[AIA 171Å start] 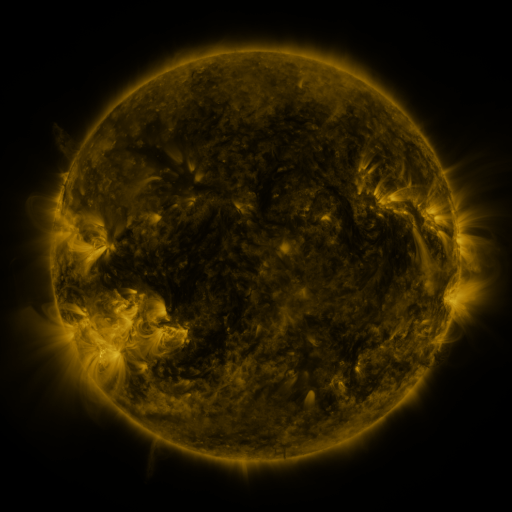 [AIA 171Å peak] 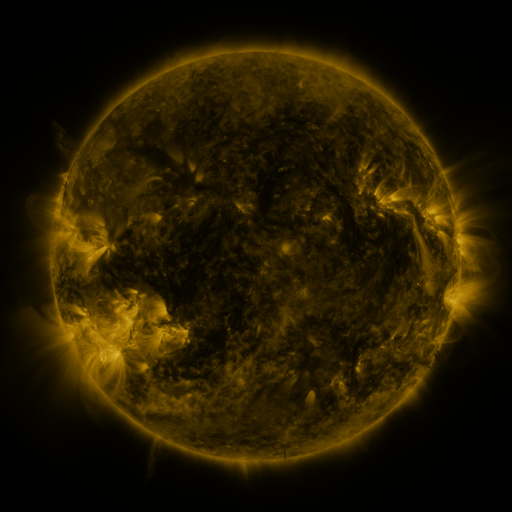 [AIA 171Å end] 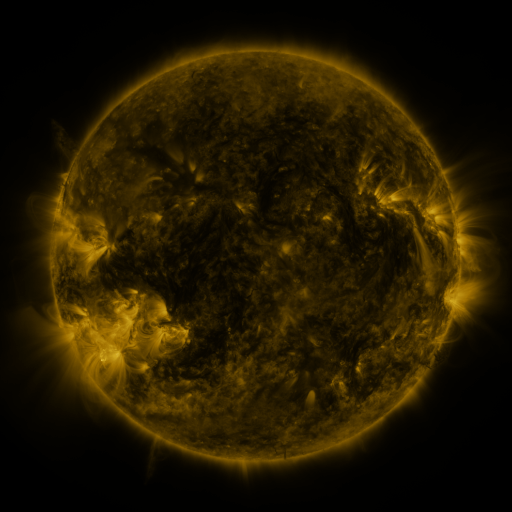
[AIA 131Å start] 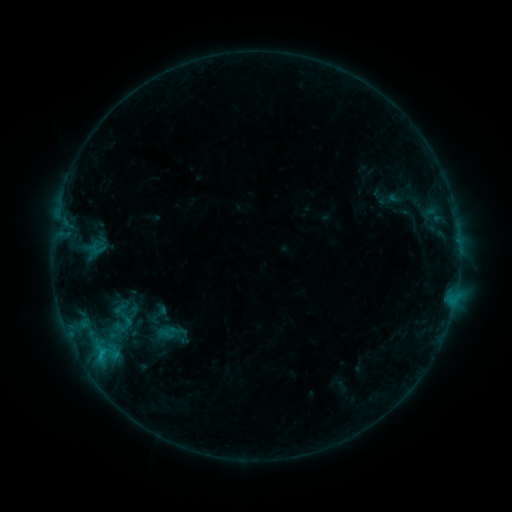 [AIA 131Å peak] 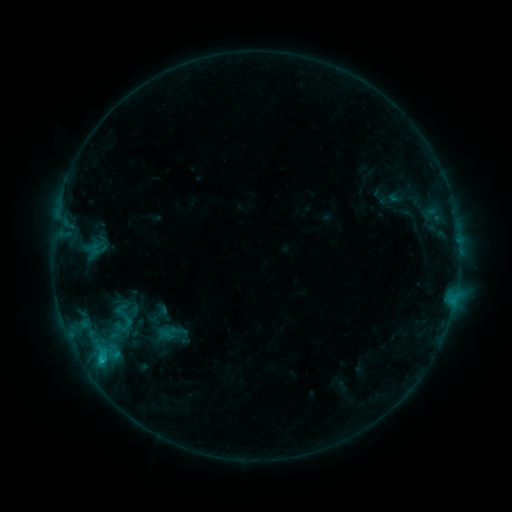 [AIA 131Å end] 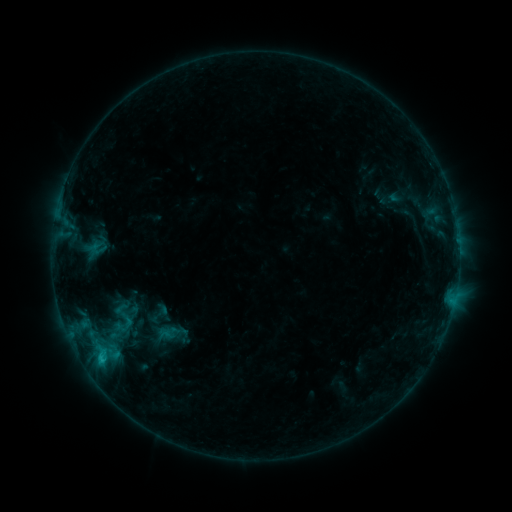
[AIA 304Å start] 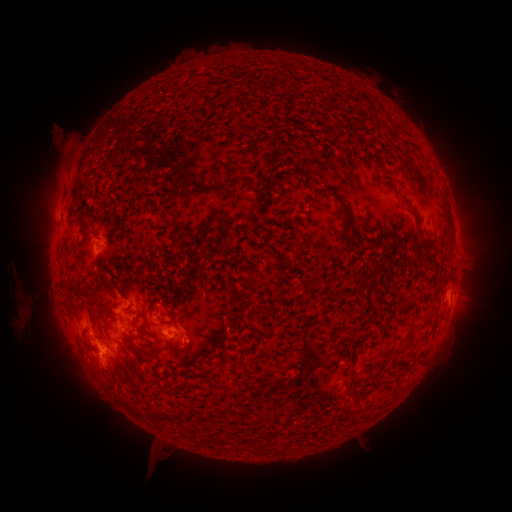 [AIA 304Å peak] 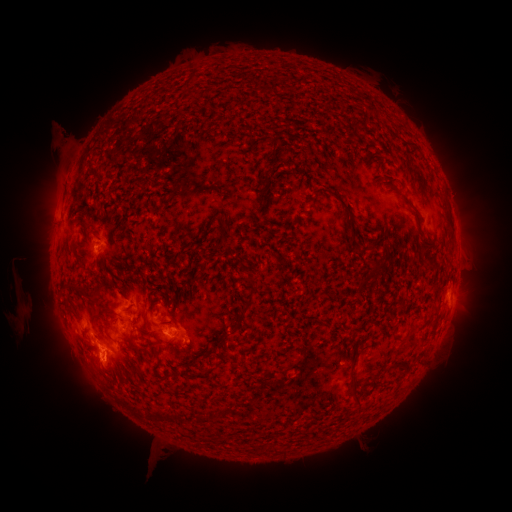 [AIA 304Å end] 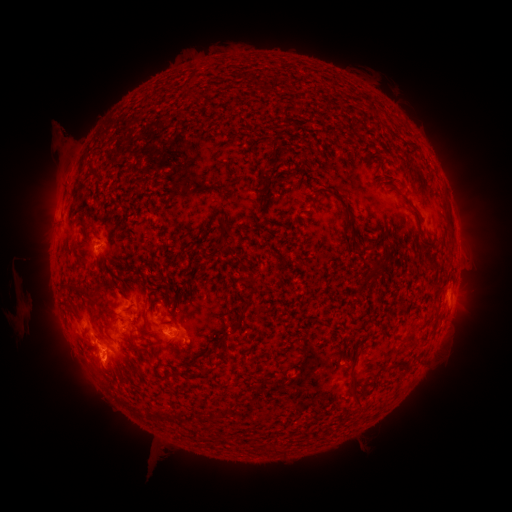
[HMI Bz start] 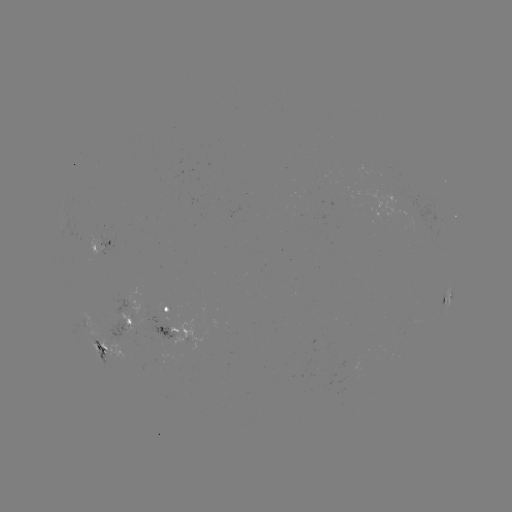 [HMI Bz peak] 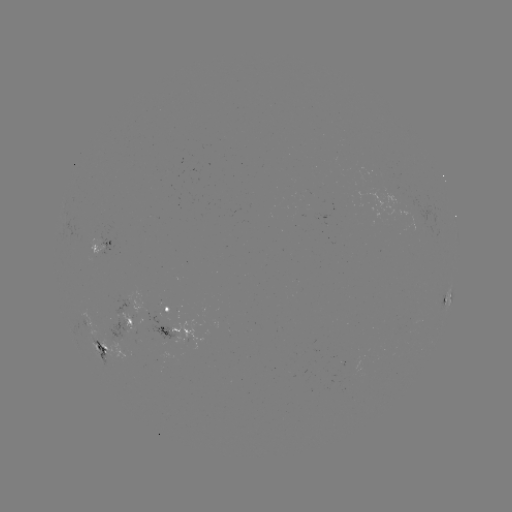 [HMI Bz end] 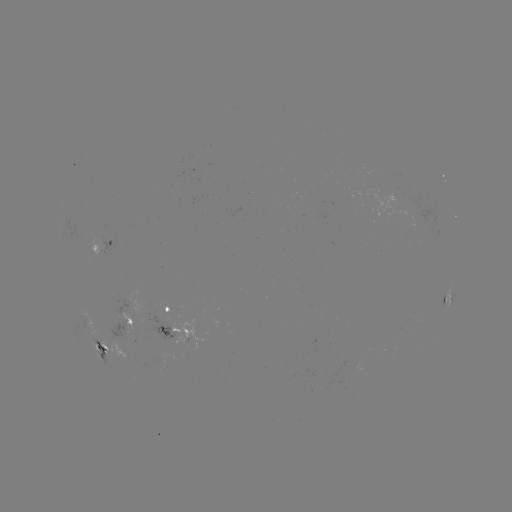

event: flare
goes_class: C1.0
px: (103, 359)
